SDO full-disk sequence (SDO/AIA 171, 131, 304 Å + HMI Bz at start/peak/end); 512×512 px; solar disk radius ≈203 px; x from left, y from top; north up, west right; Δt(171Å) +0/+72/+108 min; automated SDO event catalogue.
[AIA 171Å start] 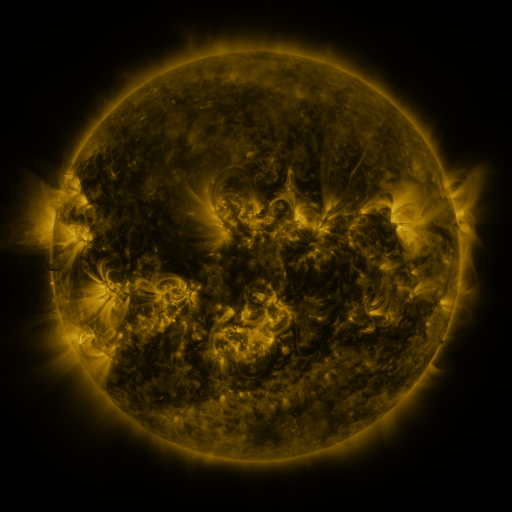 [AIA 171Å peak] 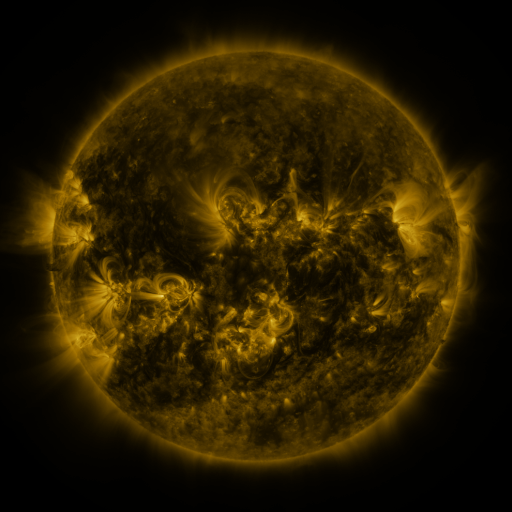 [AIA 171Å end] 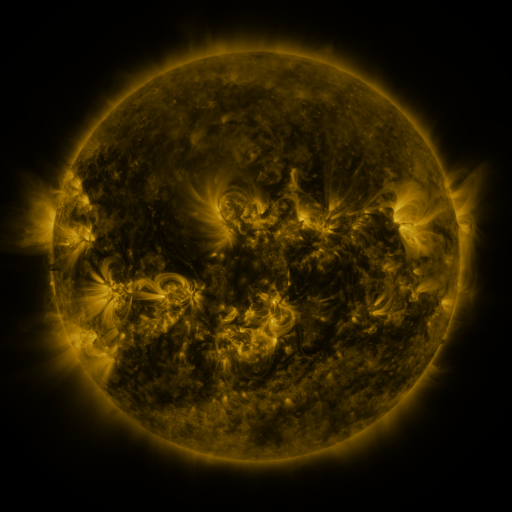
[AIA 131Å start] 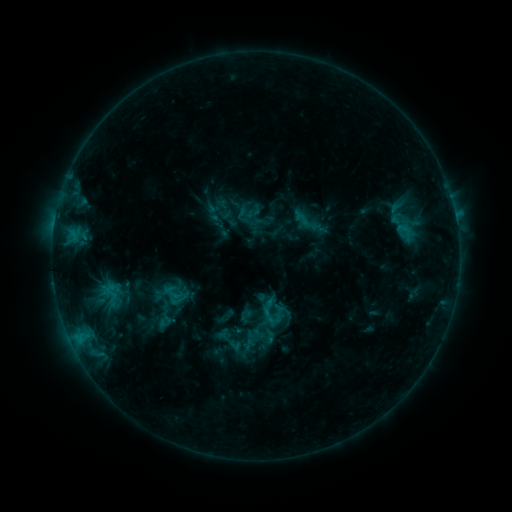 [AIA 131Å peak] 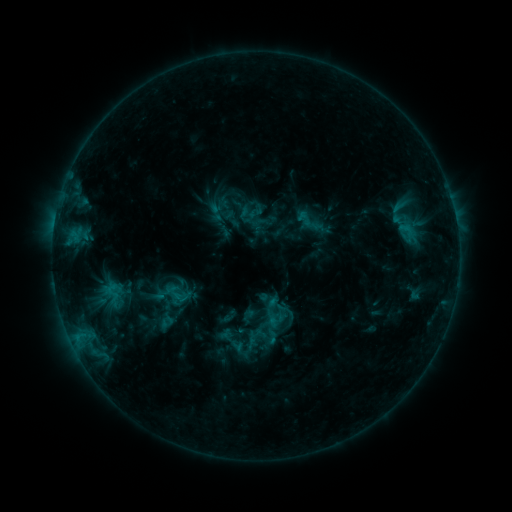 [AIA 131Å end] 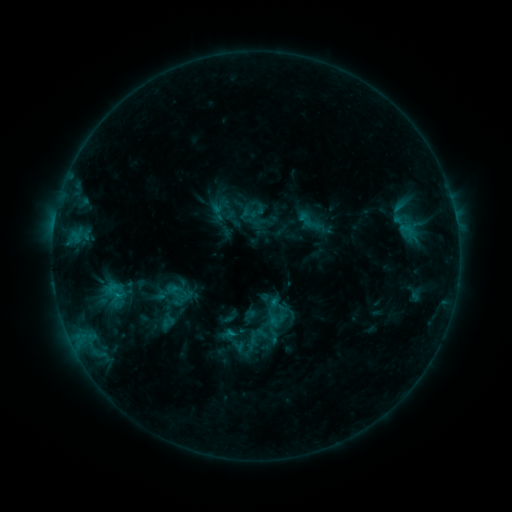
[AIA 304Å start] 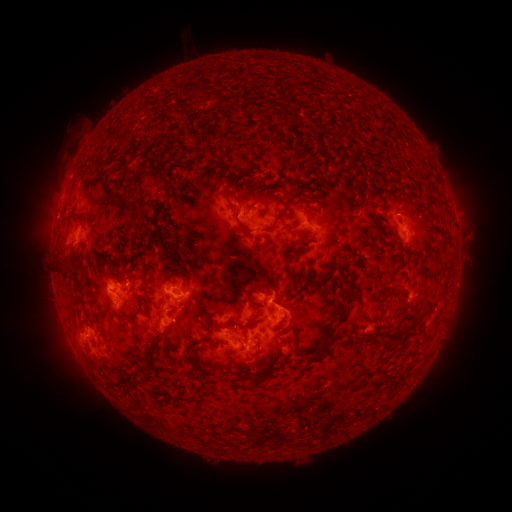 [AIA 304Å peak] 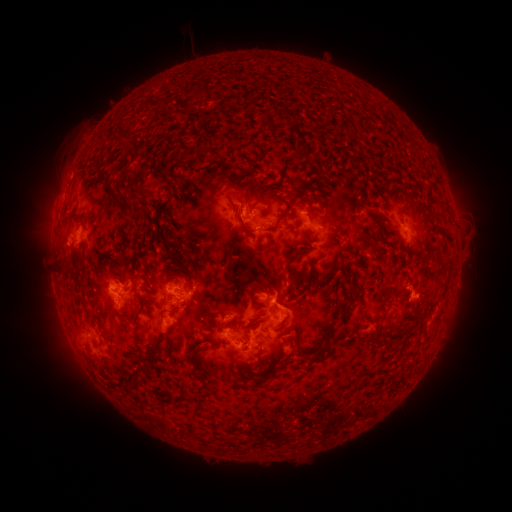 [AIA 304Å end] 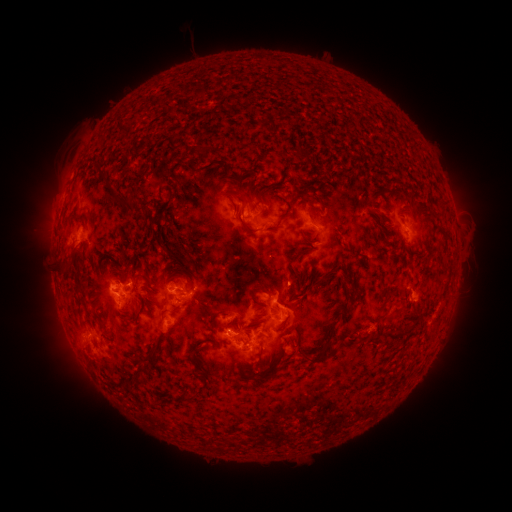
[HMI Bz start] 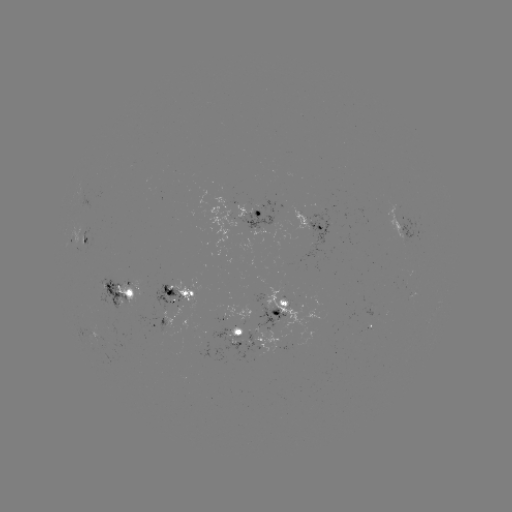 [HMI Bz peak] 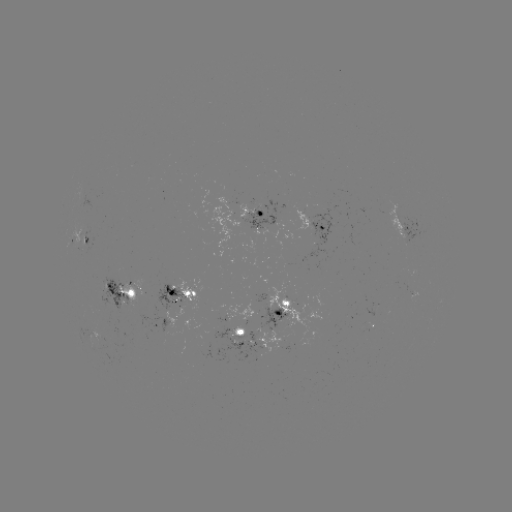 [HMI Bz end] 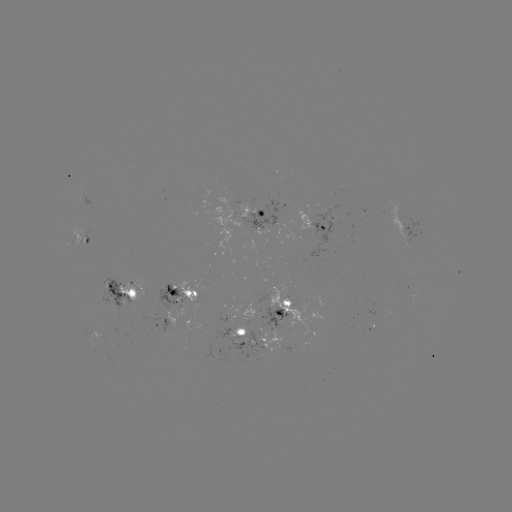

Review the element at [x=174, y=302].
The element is emerging-flux region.